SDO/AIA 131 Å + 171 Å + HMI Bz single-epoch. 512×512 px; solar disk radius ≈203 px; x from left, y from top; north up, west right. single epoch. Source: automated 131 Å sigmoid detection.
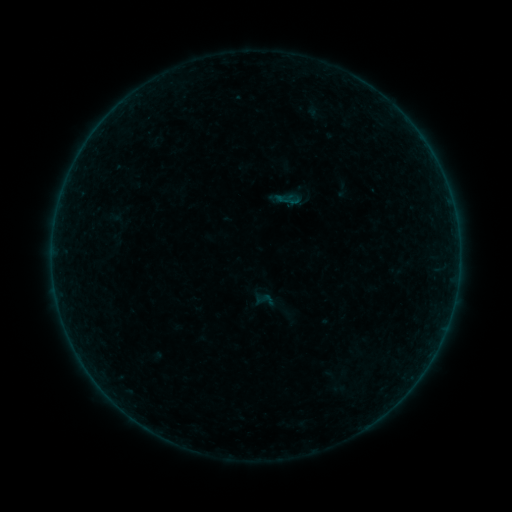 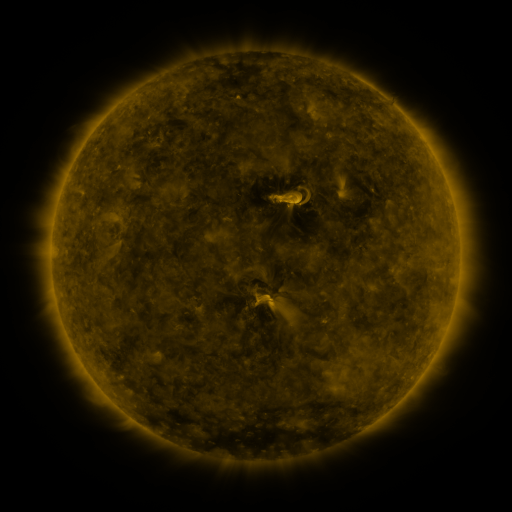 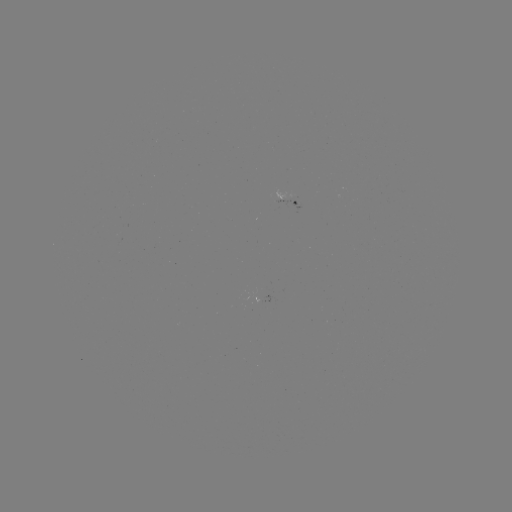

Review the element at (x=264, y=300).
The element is sigmoid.